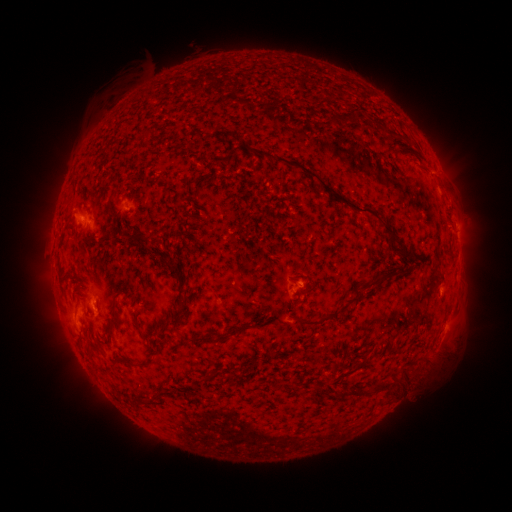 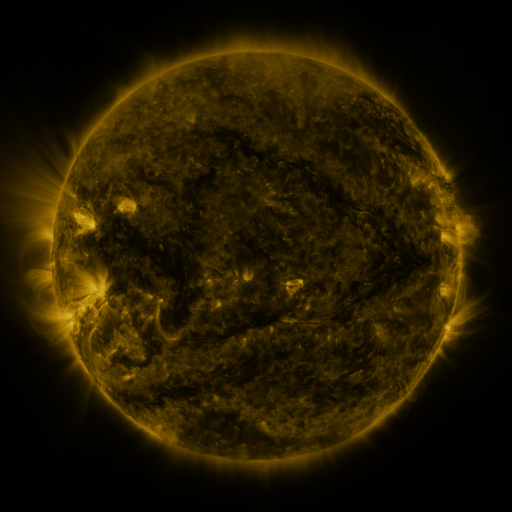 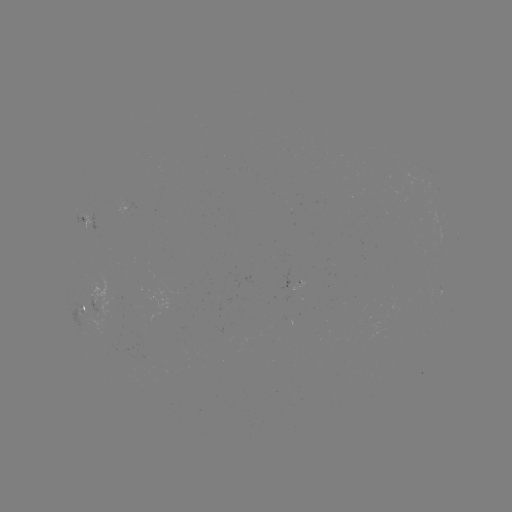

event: spotted active region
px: (83, 306)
